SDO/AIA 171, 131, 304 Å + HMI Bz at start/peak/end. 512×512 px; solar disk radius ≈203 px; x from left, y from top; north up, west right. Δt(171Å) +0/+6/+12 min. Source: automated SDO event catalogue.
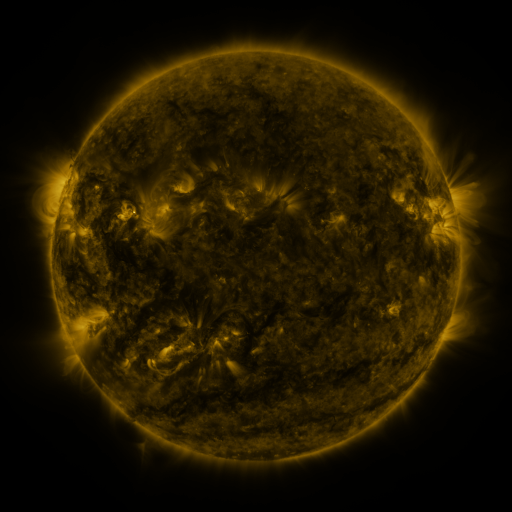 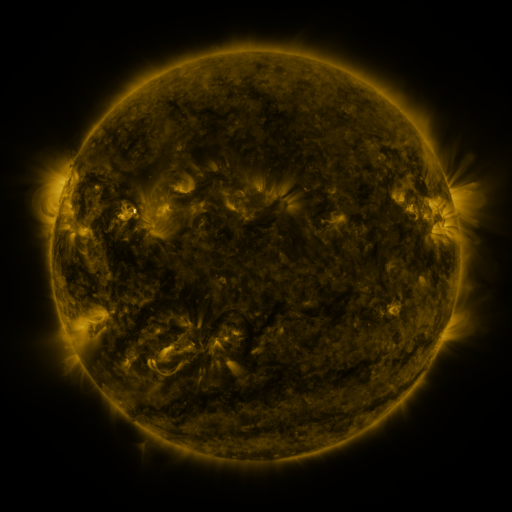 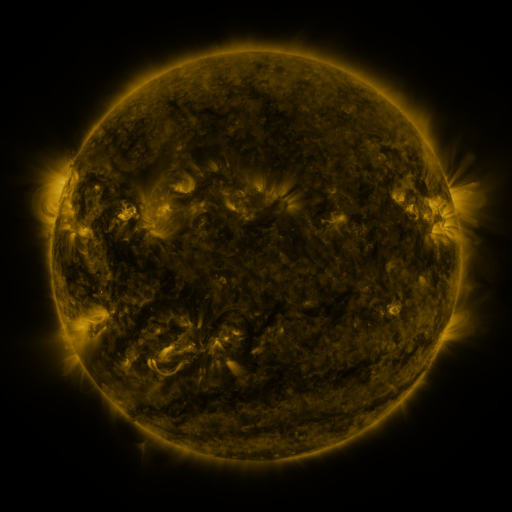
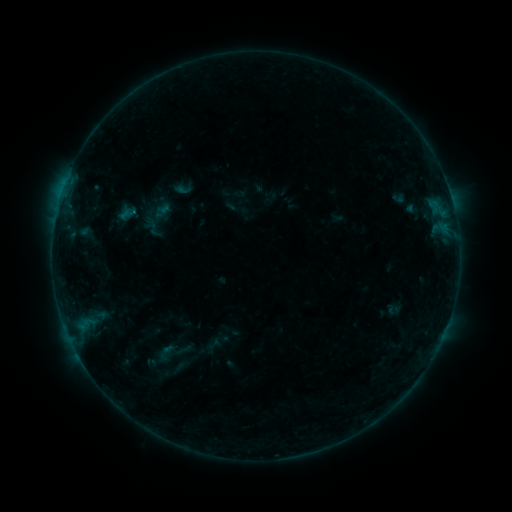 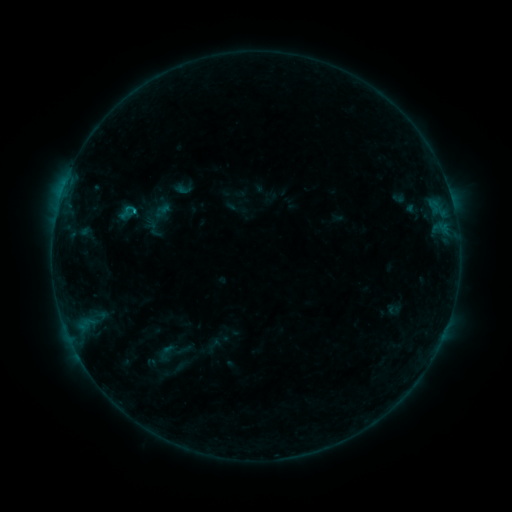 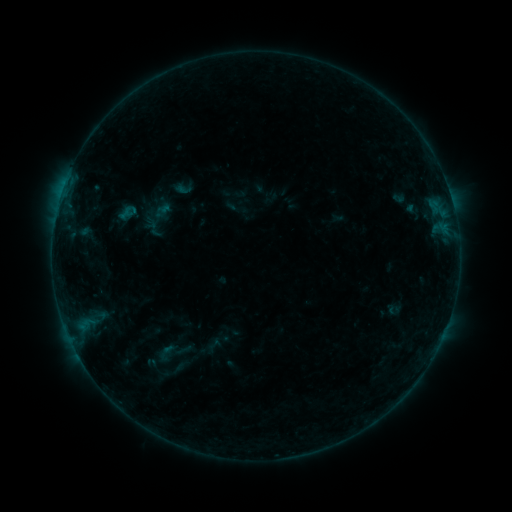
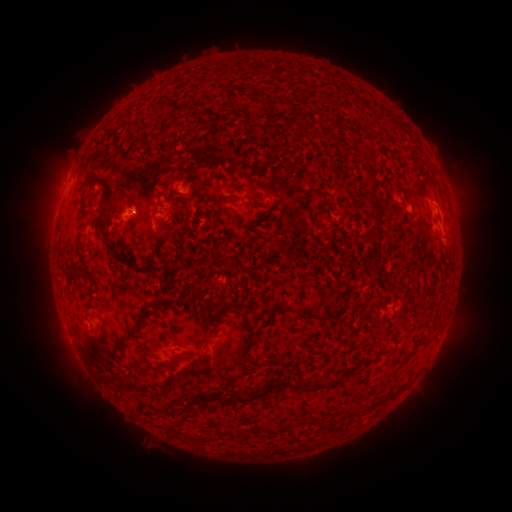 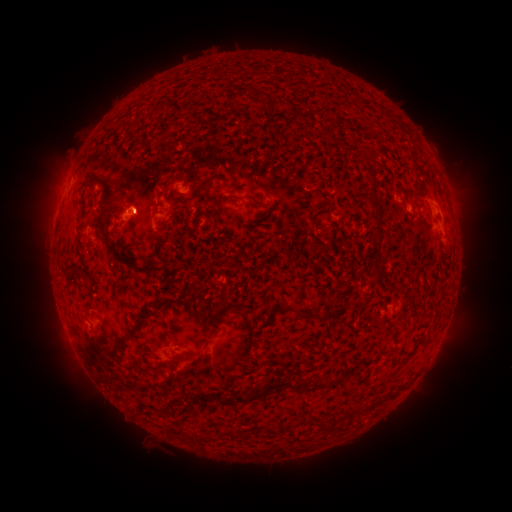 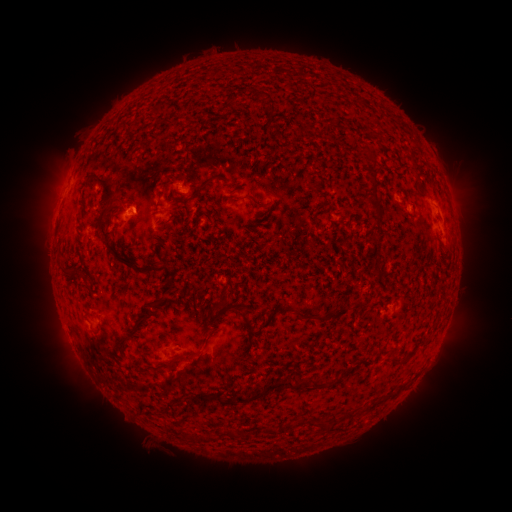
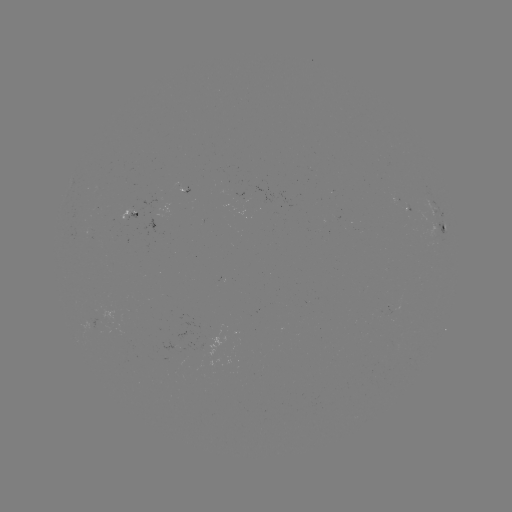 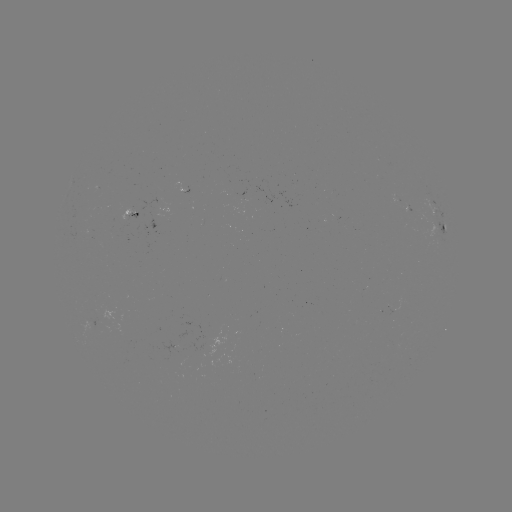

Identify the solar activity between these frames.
B3.7 flare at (135, 213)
